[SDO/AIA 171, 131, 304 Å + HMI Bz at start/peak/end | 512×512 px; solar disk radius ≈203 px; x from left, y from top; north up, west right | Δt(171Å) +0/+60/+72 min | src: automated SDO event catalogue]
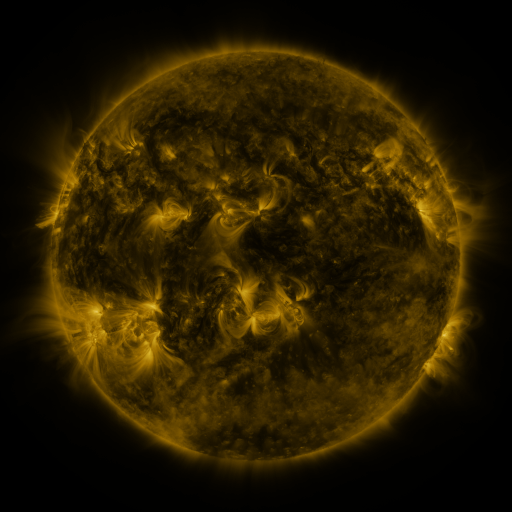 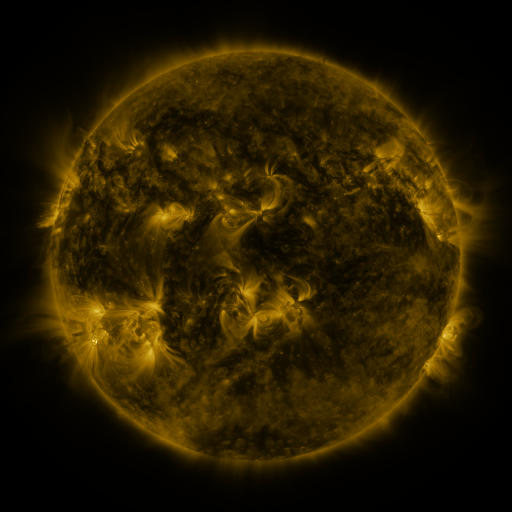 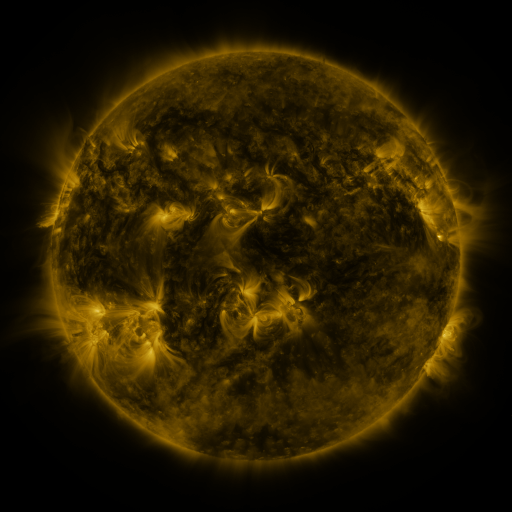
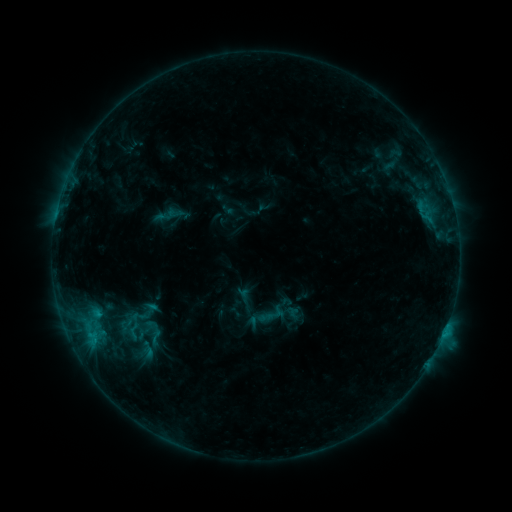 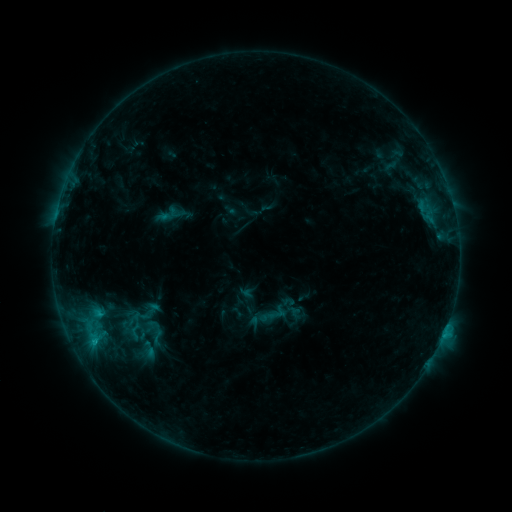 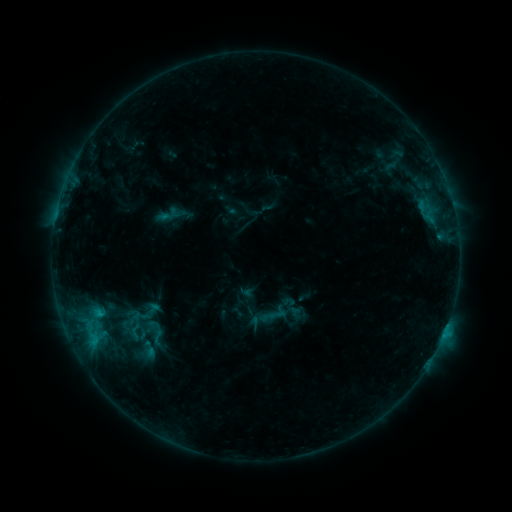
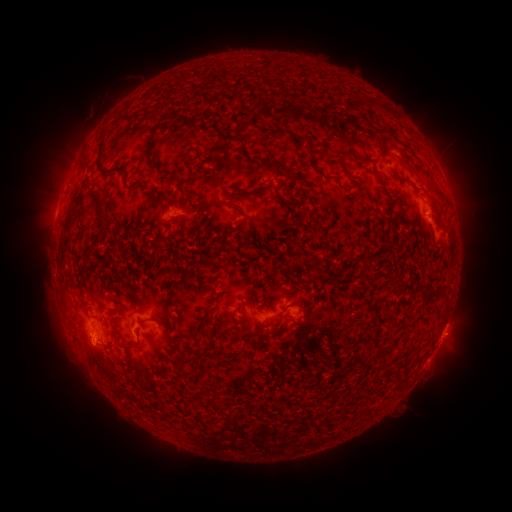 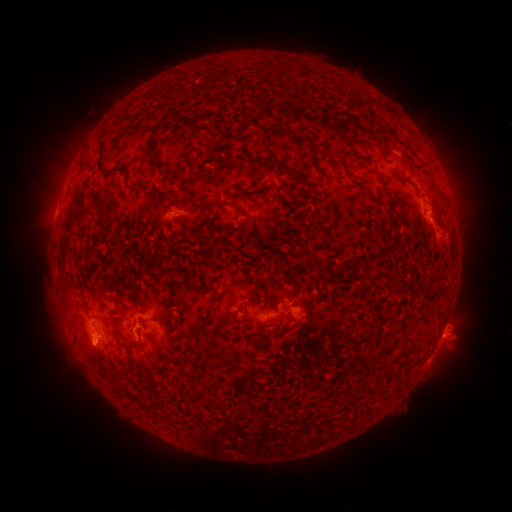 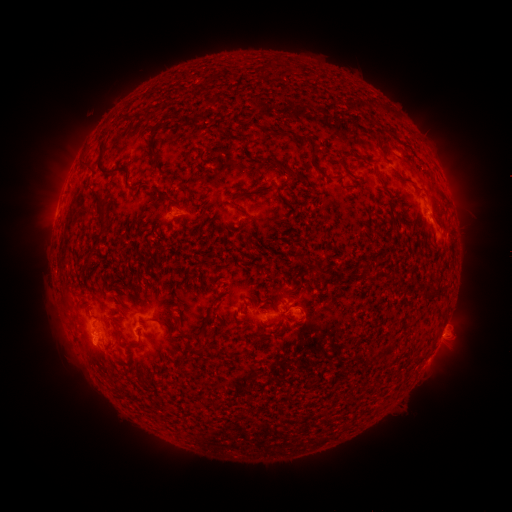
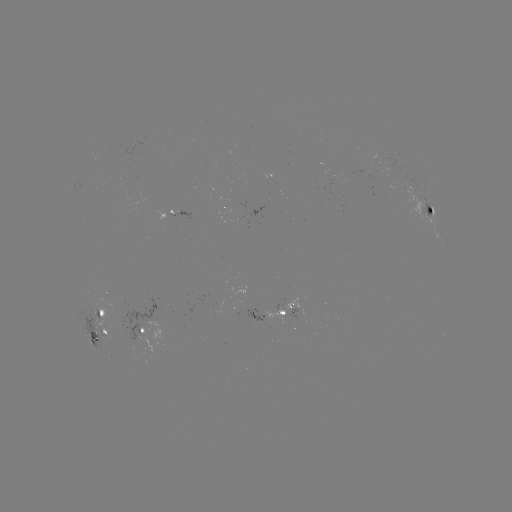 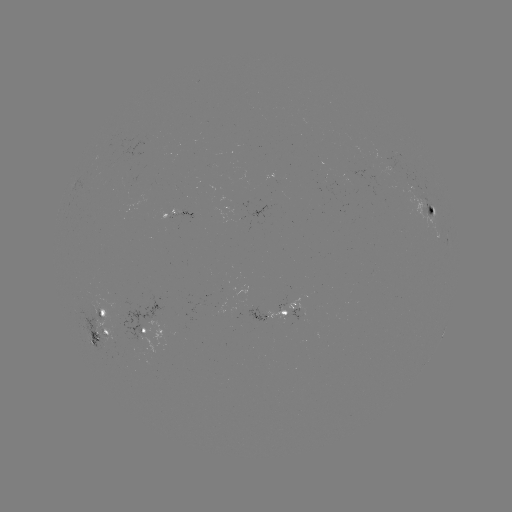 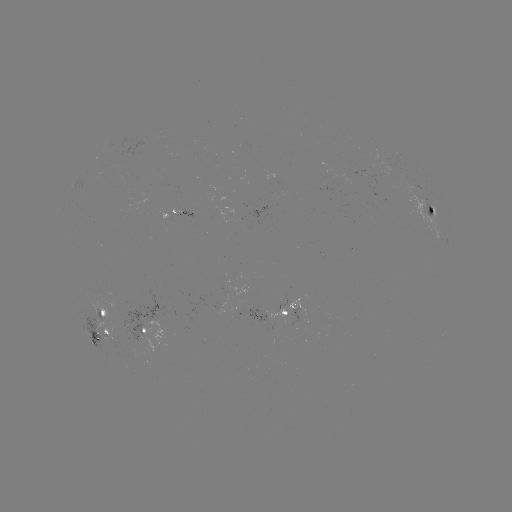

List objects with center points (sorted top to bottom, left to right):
emerging-flux region: (96, 311)
